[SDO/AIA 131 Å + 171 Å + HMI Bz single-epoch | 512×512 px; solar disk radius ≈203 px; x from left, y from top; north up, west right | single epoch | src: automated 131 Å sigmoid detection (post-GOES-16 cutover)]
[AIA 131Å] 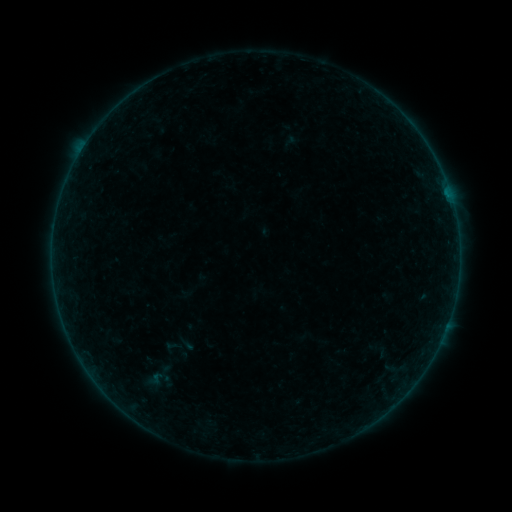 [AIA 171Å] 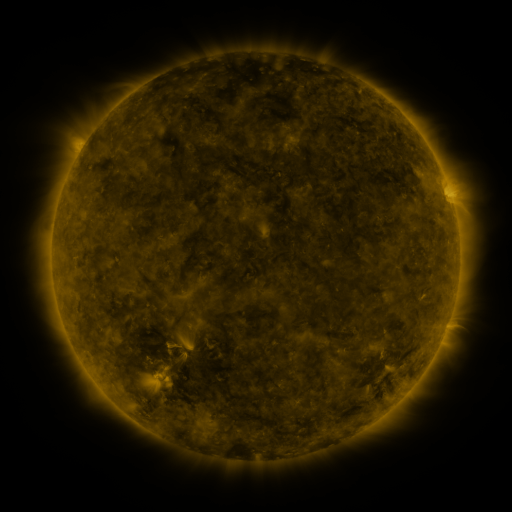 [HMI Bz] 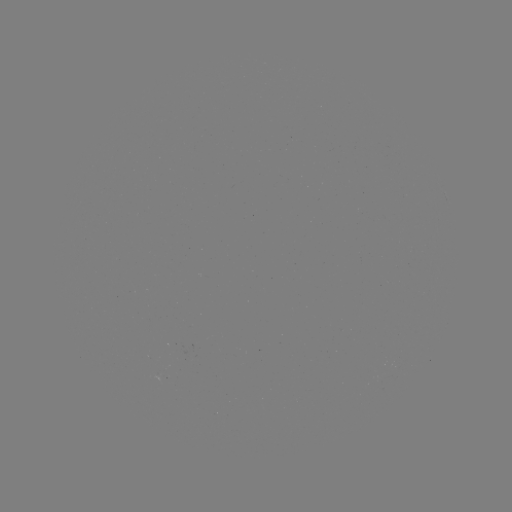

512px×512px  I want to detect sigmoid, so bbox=[158, 335, 186, 358].